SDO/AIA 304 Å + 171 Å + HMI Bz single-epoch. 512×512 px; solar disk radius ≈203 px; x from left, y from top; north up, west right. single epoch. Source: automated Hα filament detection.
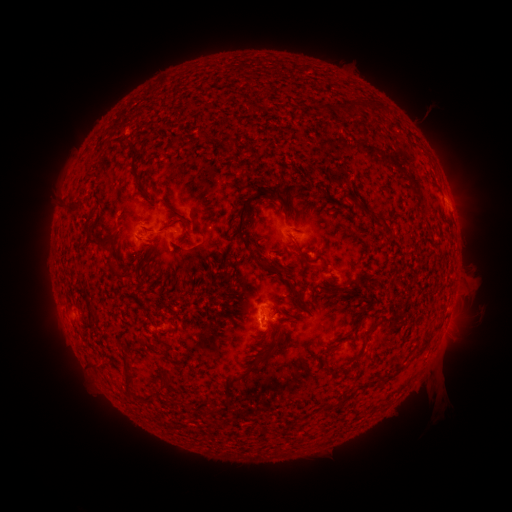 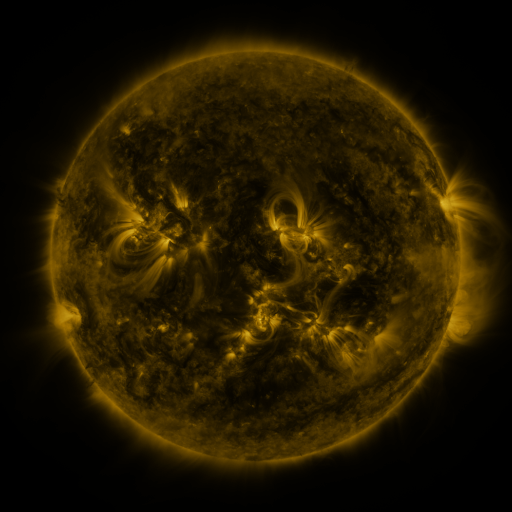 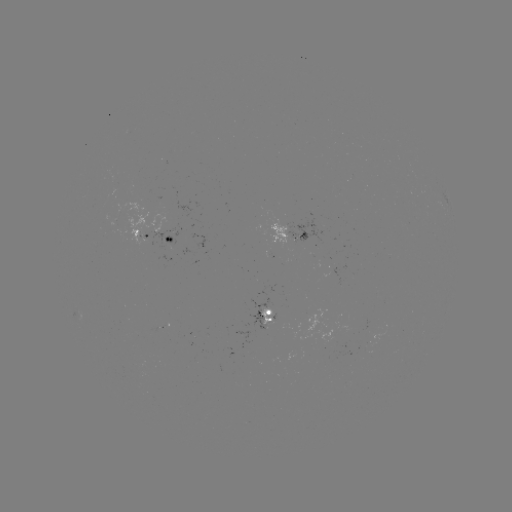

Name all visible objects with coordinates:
filament: (355, 107)
filament: (324, 108)
filament: (134, 151)
filament: (144, 191)
filament: (283, 204)
filament: (360, 209)
filament: (377, 221)
filament: (242, 225)
filament: (297, 231)
filament: (168, 239)
filament: (93, 240)
filament: (269, 267)
filament: (126, 274)
filament: (296, 293)
filament: (368, 332)
filament: (429, 336)
filament: (264, 356)
filament: (333, 372)
filament: (128, 378)
filament: (168, 380)
